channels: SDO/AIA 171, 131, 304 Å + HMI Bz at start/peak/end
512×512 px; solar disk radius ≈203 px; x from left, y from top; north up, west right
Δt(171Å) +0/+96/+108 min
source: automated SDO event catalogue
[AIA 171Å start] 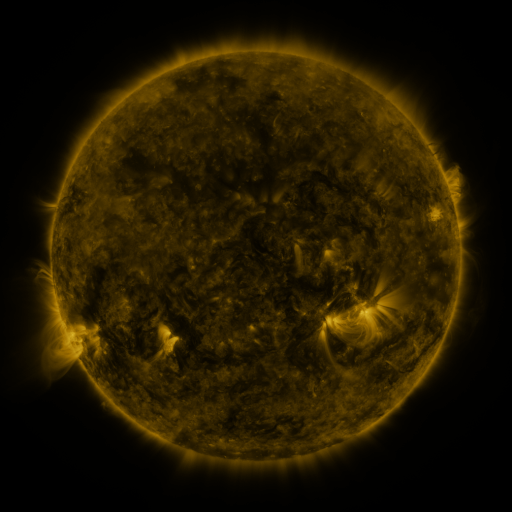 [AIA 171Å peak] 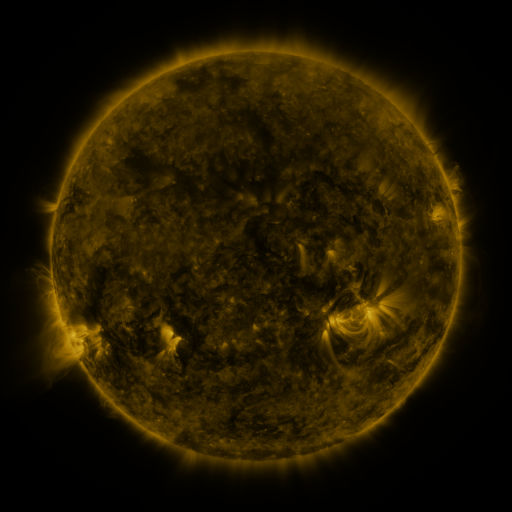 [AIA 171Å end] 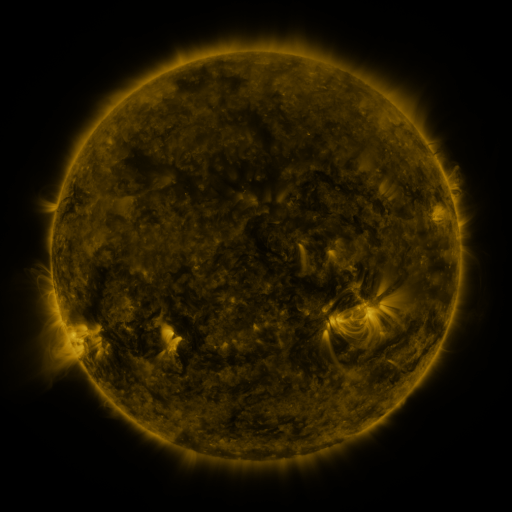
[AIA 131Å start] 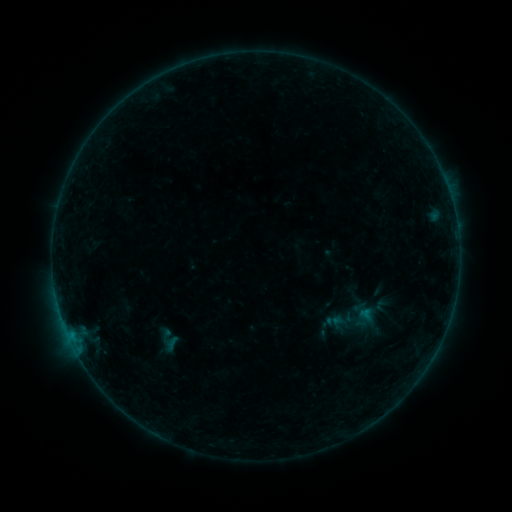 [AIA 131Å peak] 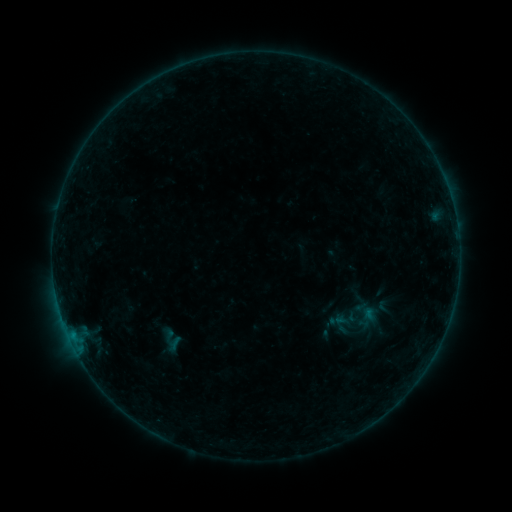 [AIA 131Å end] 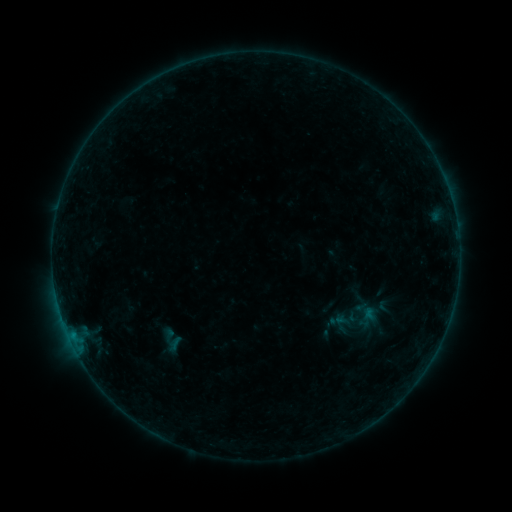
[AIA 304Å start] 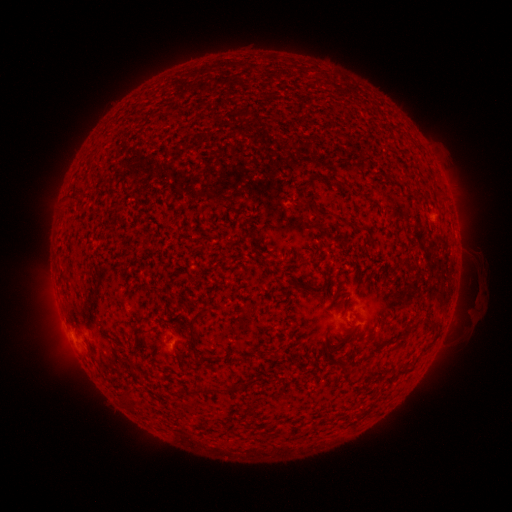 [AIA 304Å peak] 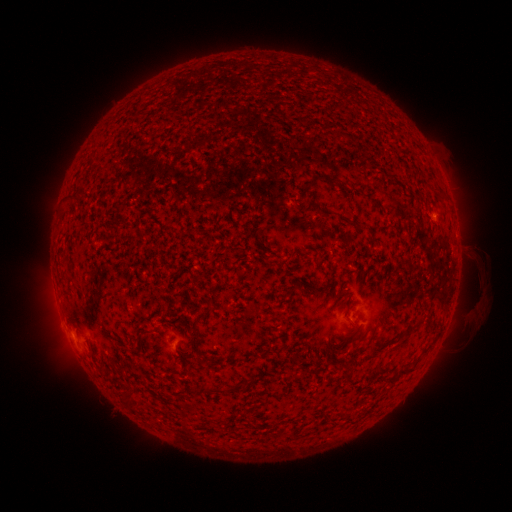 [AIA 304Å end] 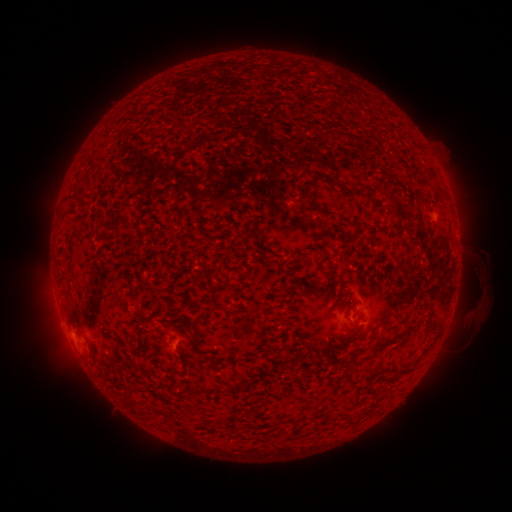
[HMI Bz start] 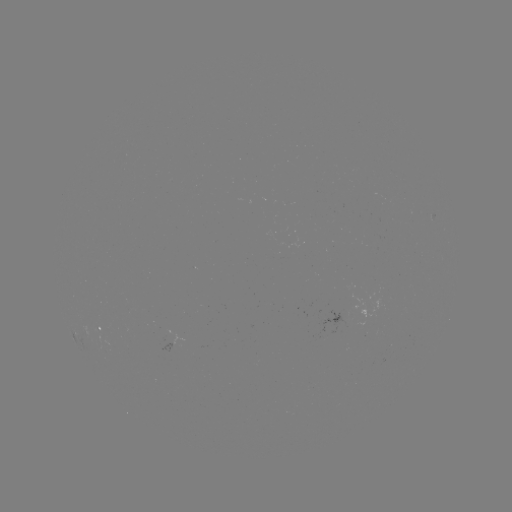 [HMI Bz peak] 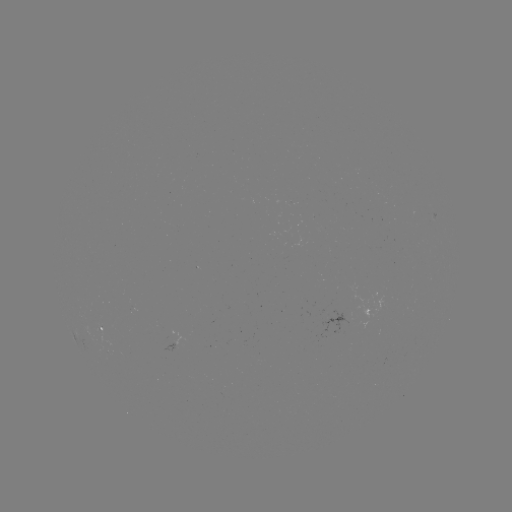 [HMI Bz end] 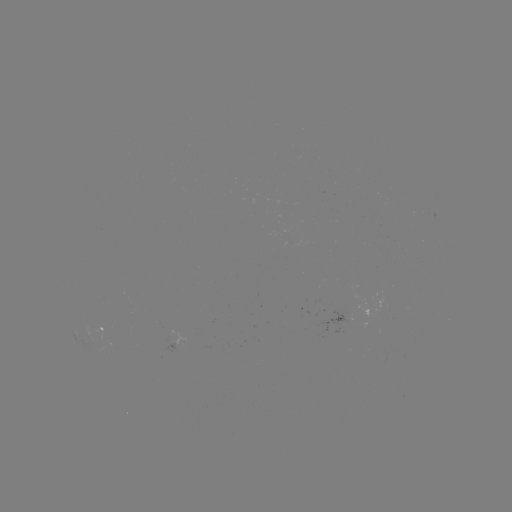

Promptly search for emerging-flux region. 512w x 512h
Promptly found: (100, 334).